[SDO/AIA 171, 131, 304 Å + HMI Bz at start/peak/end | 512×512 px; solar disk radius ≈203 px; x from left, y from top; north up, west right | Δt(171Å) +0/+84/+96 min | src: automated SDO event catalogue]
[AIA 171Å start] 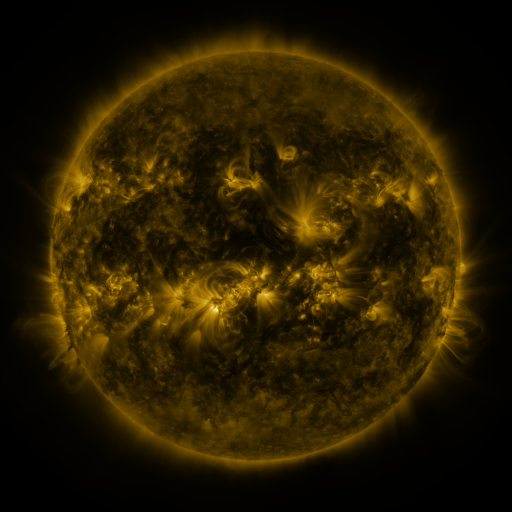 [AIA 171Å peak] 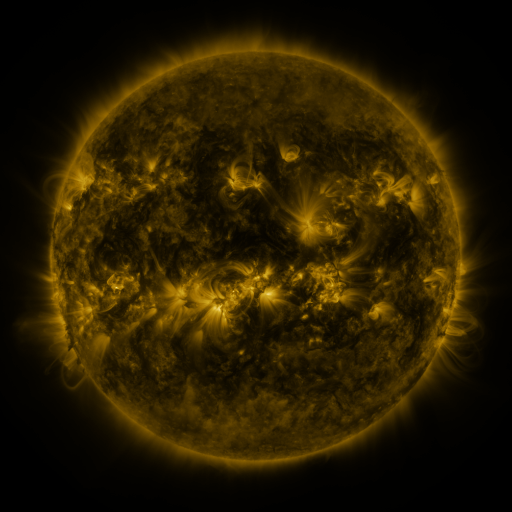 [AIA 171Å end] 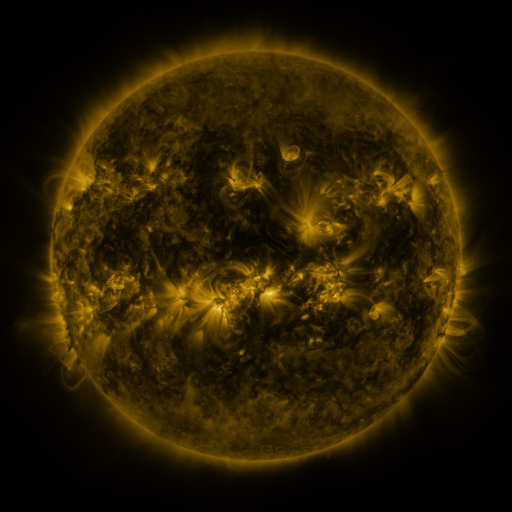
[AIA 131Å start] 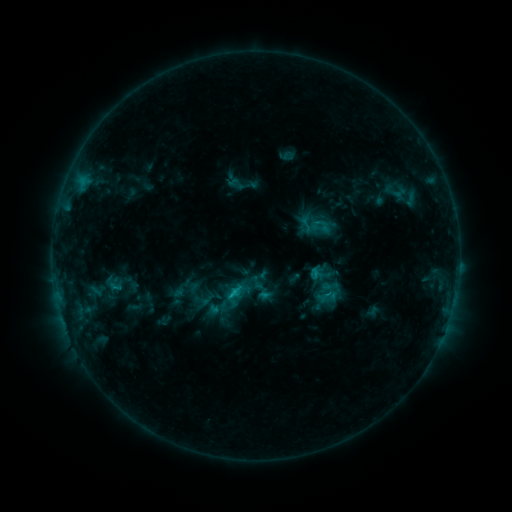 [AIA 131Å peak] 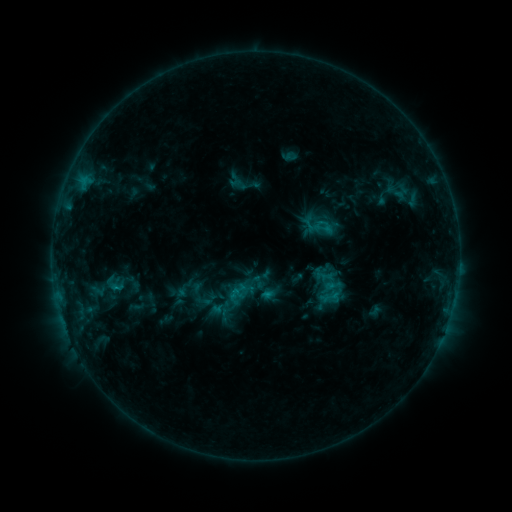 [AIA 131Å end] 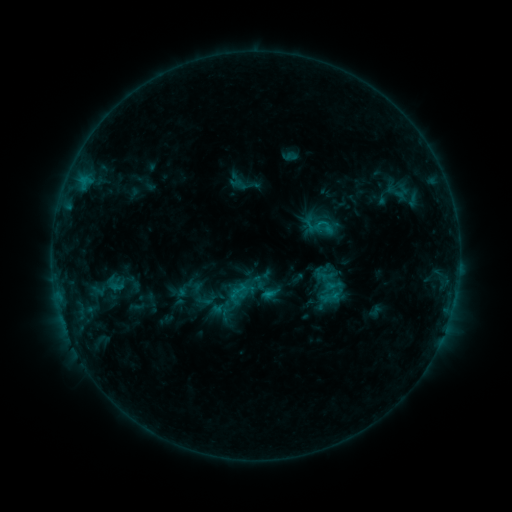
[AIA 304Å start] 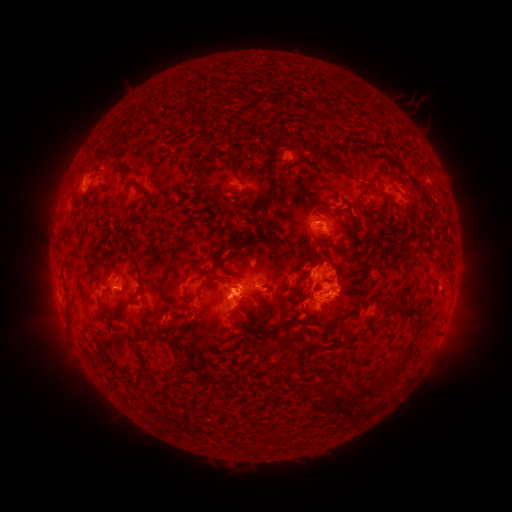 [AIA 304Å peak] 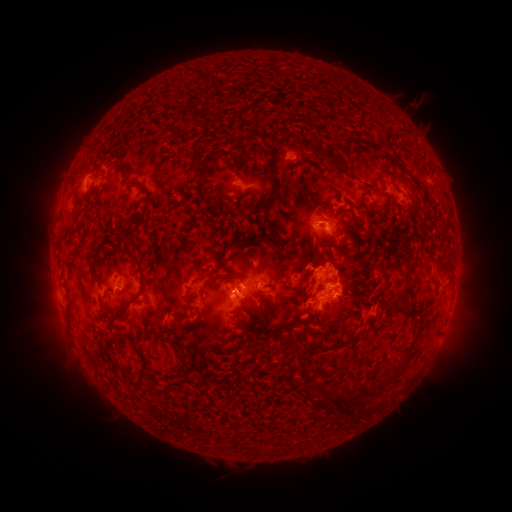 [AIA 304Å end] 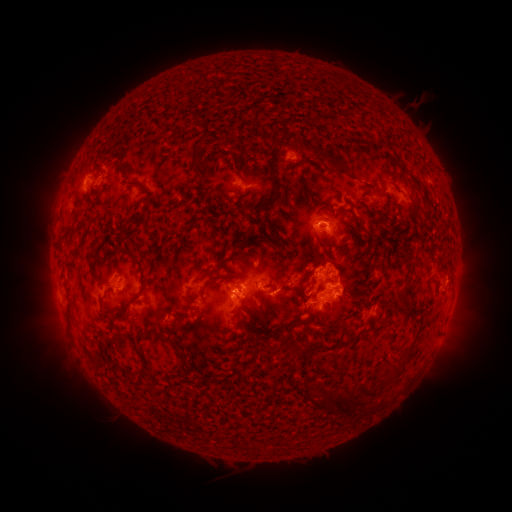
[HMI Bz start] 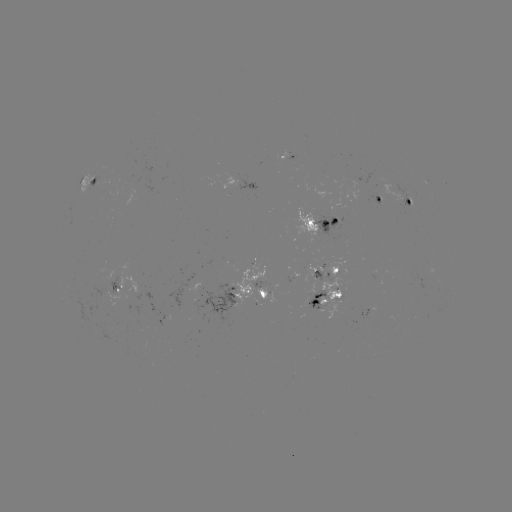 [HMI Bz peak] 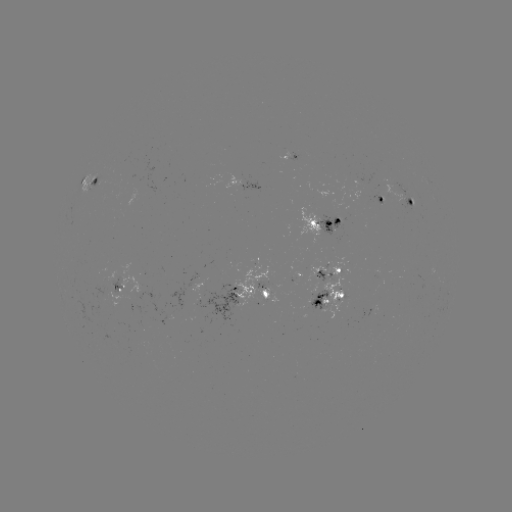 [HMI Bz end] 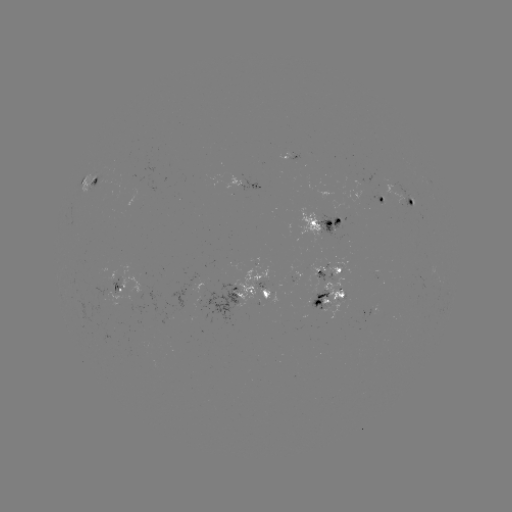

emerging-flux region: (314, 214, 341, 237)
